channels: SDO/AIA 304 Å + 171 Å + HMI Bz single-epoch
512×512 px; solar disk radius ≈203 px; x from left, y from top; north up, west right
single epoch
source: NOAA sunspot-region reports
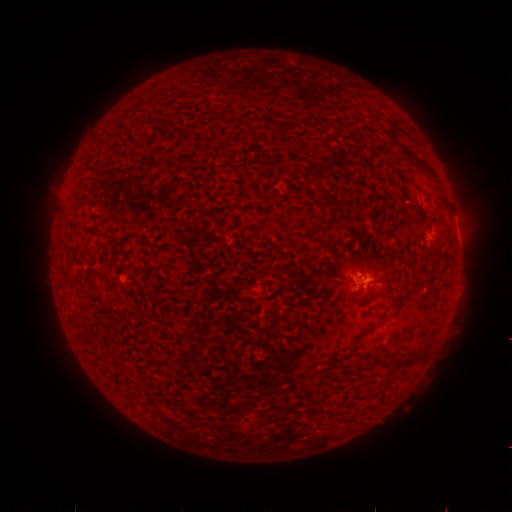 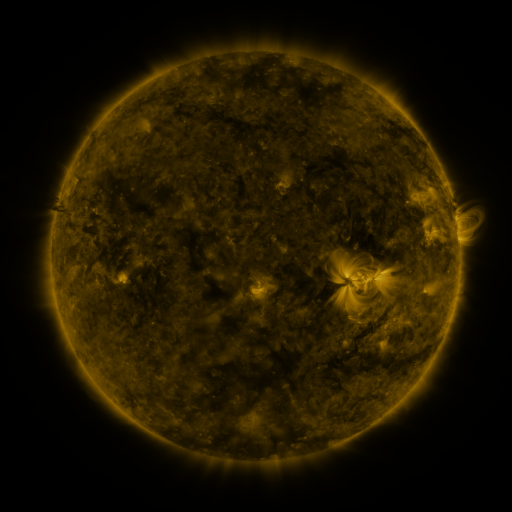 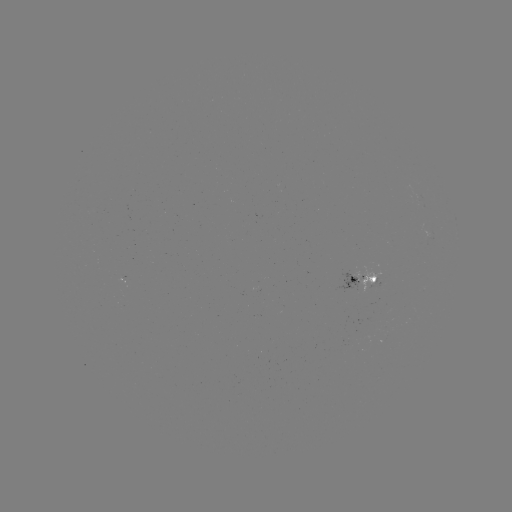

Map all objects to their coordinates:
spotted active region: (456, 224)
spotted active region: (366, 281)
